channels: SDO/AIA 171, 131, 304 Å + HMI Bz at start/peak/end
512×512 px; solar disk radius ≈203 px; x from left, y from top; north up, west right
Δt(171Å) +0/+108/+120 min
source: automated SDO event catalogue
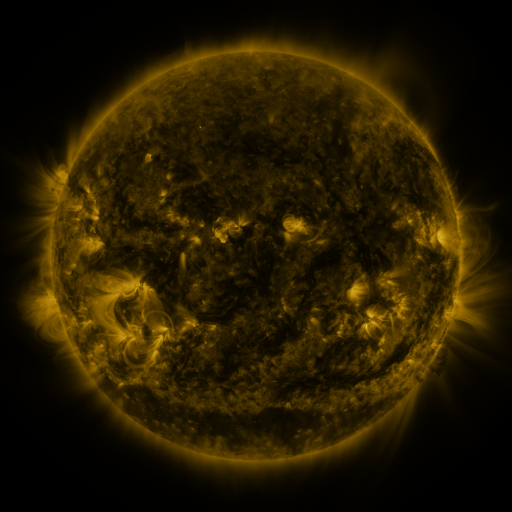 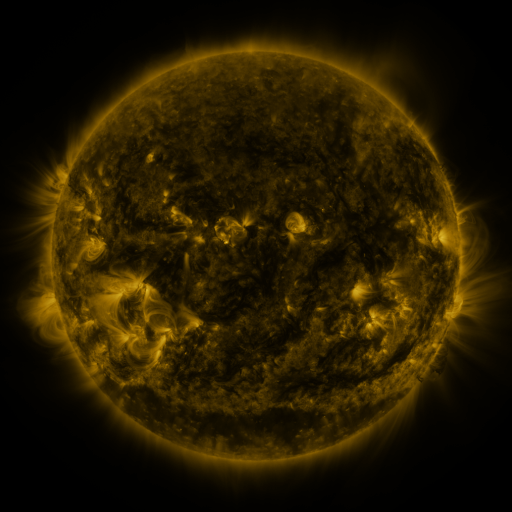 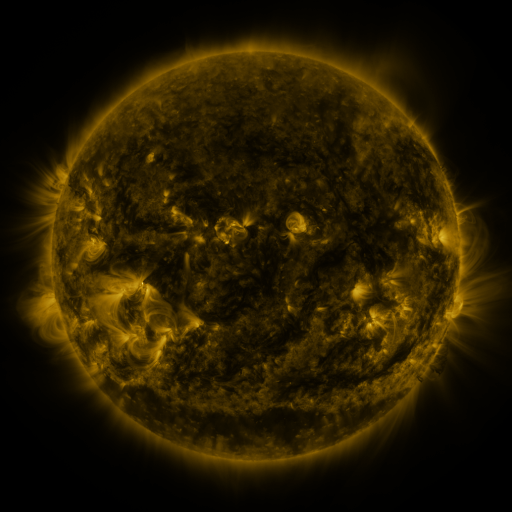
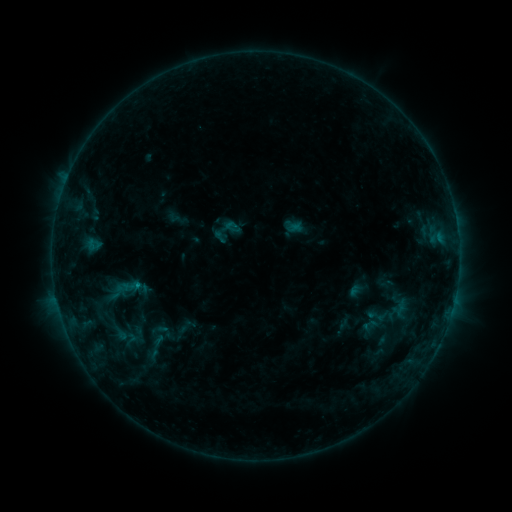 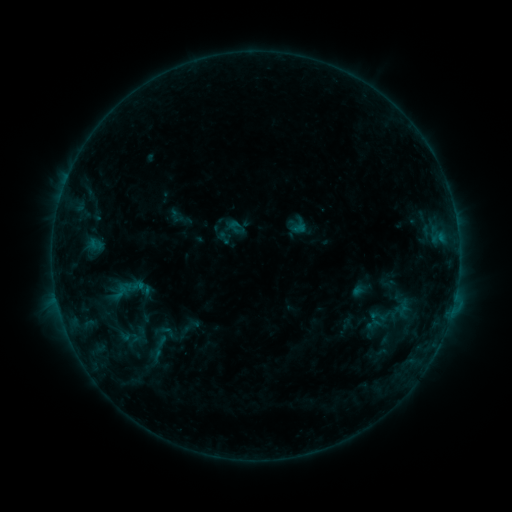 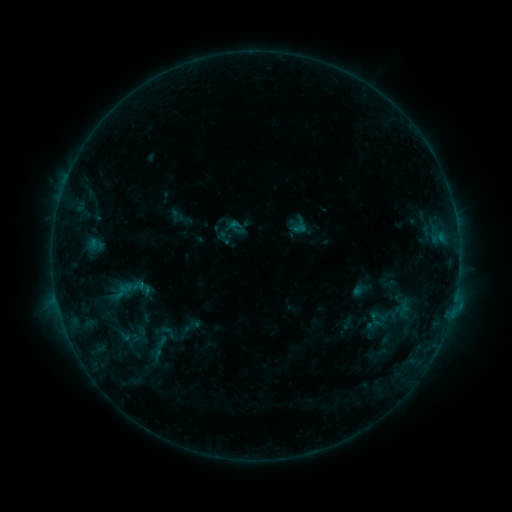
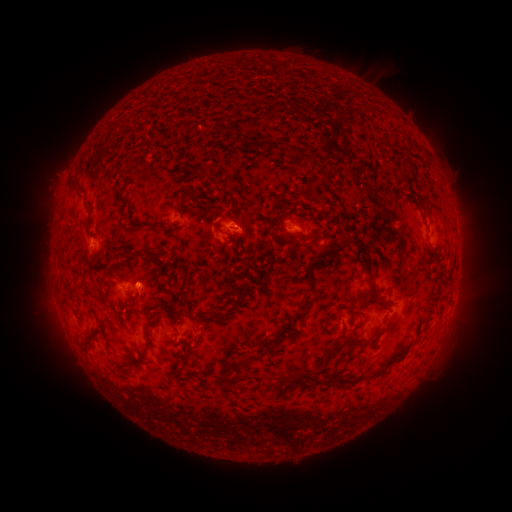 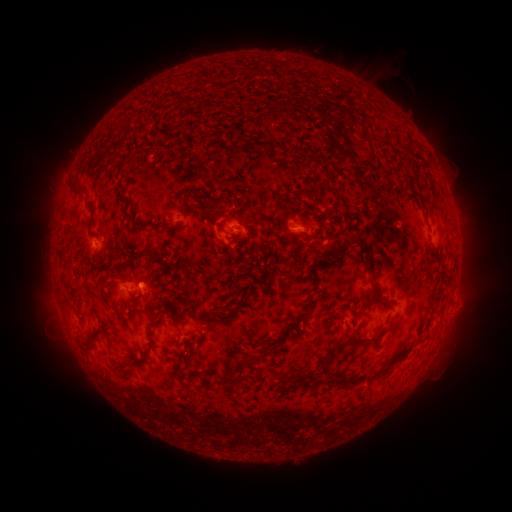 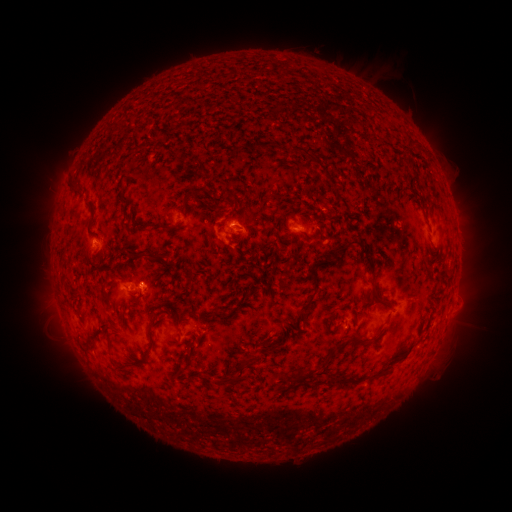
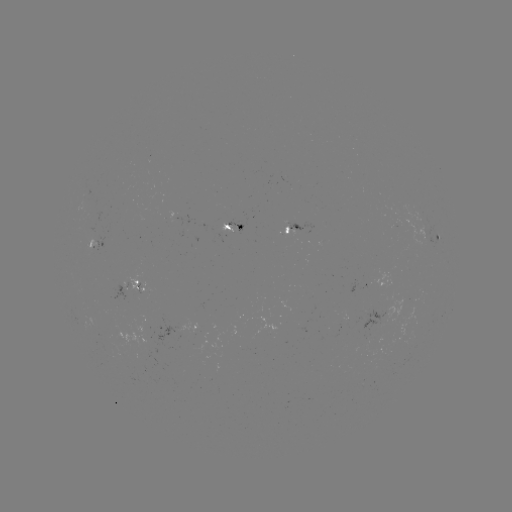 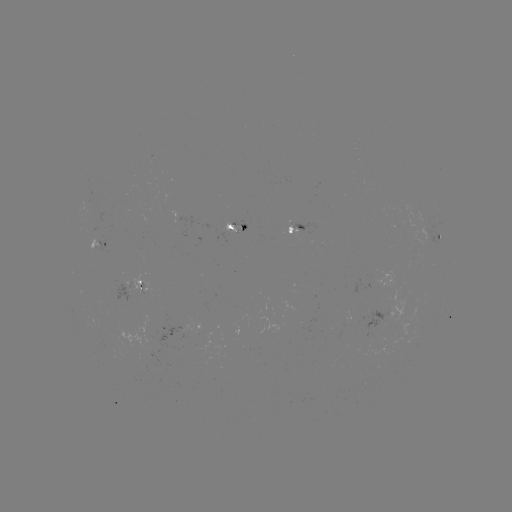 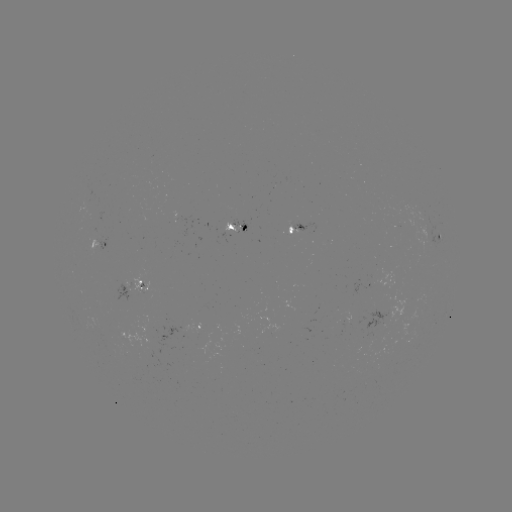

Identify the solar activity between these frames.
emerging-flux region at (240, 228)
